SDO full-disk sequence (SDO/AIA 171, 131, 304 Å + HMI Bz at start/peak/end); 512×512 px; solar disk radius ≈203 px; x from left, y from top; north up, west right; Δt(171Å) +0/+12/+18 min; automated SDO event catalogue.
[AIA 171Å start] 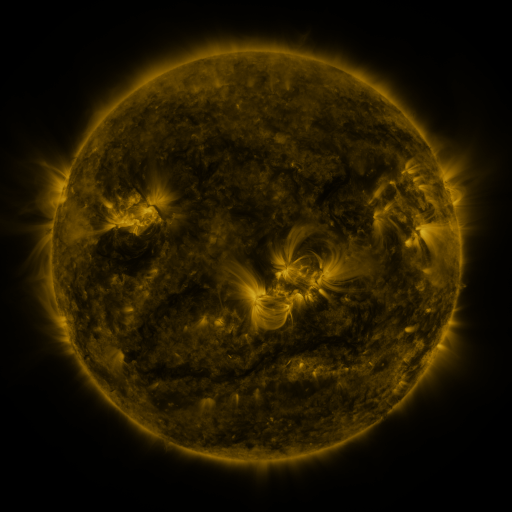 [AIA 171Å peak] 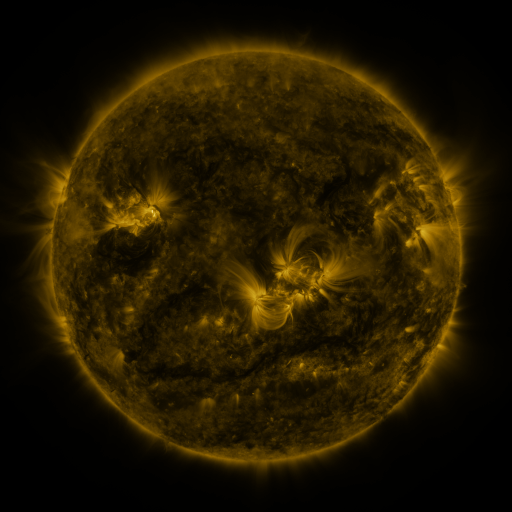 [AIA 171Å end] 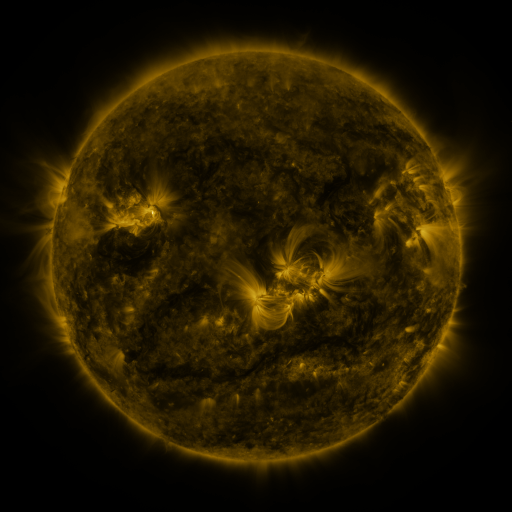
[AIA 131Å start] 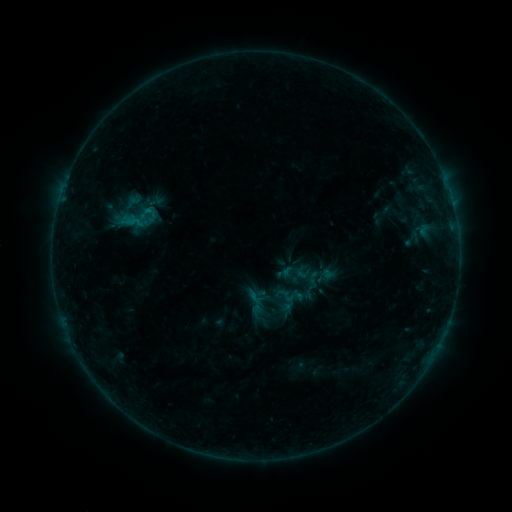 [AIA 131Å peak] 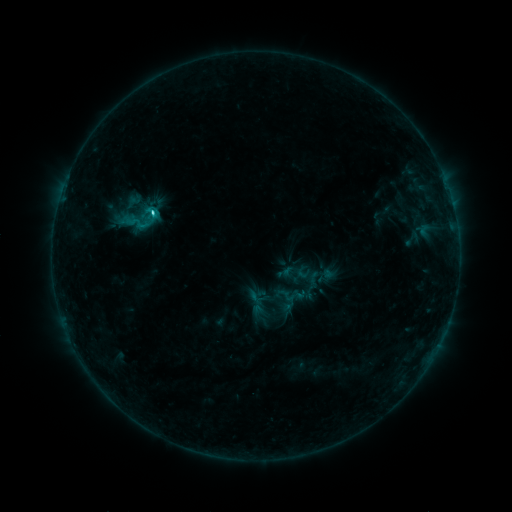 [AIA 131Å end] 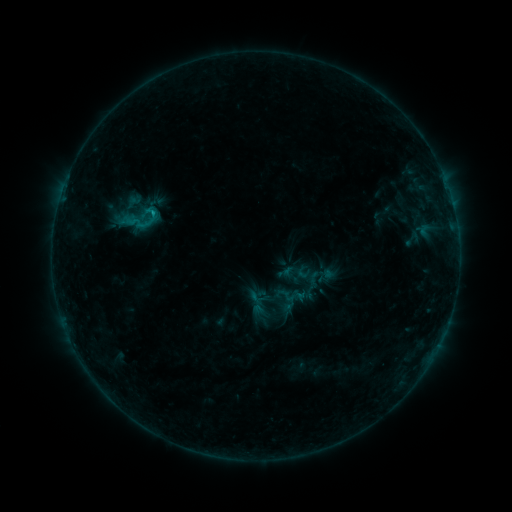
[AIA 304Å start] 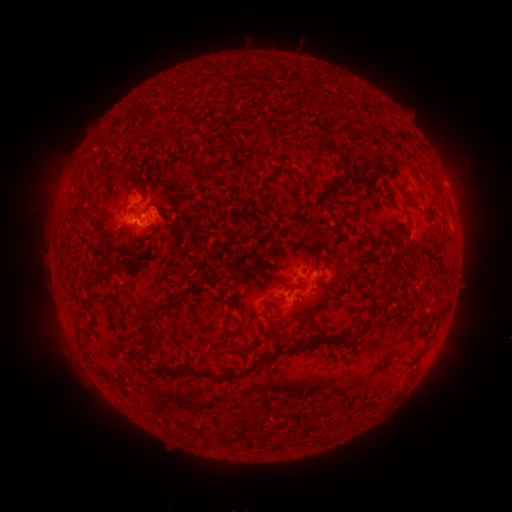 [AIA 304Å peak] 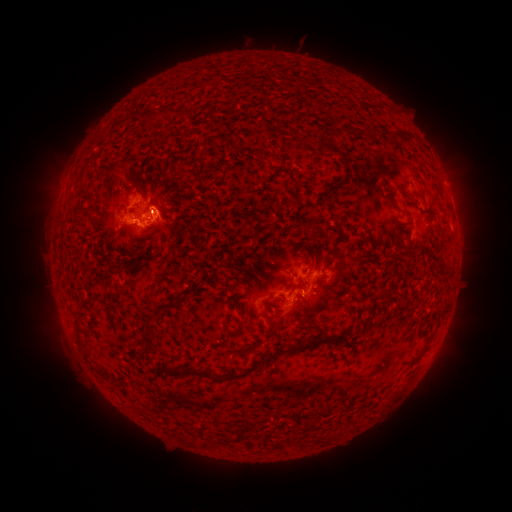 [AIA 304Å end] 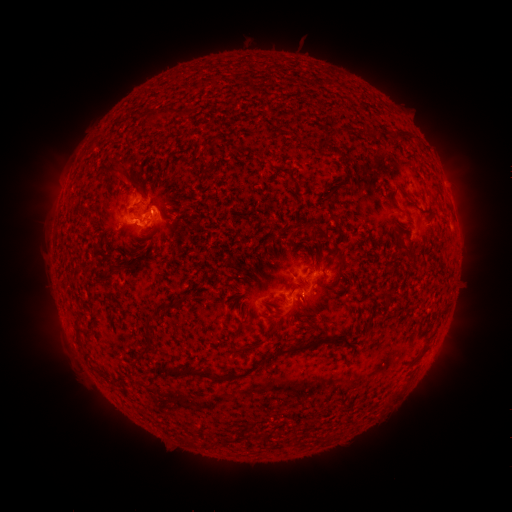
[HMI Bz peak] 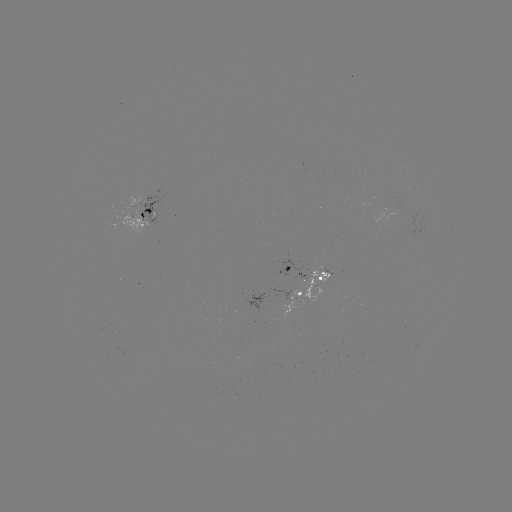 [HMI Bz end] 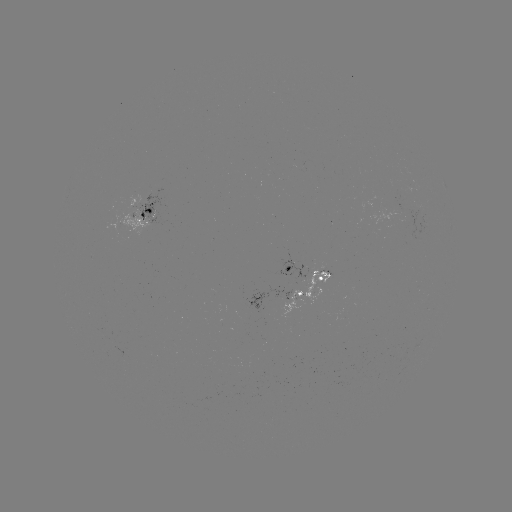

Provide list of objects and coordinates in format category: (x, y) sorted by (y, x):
C1.9 flare: (155, 214)
